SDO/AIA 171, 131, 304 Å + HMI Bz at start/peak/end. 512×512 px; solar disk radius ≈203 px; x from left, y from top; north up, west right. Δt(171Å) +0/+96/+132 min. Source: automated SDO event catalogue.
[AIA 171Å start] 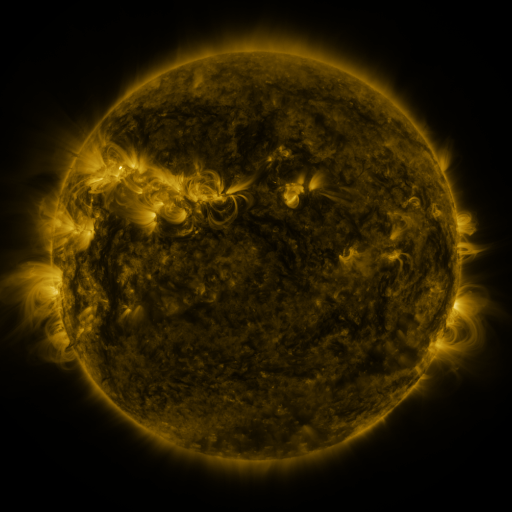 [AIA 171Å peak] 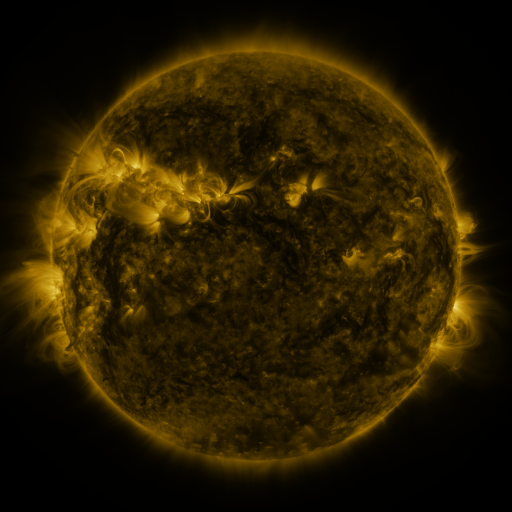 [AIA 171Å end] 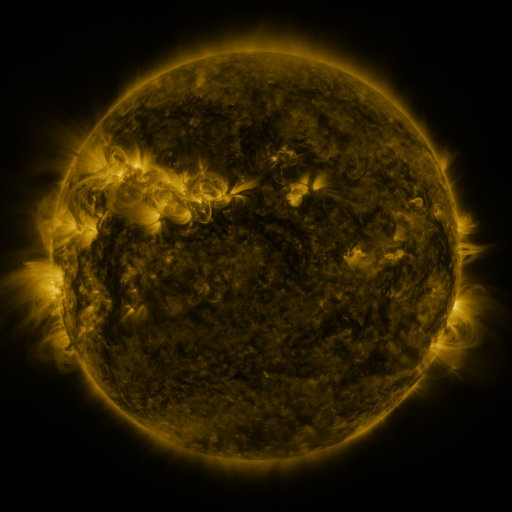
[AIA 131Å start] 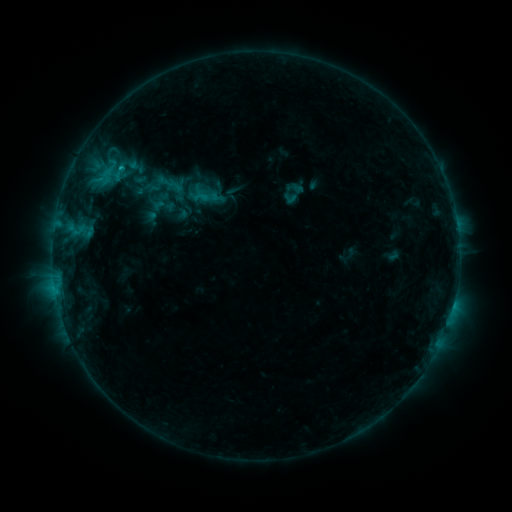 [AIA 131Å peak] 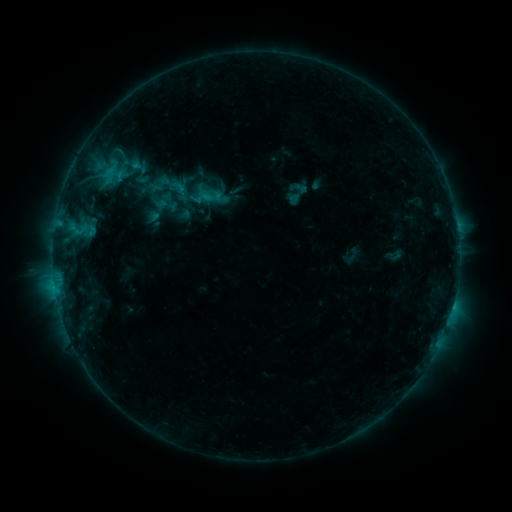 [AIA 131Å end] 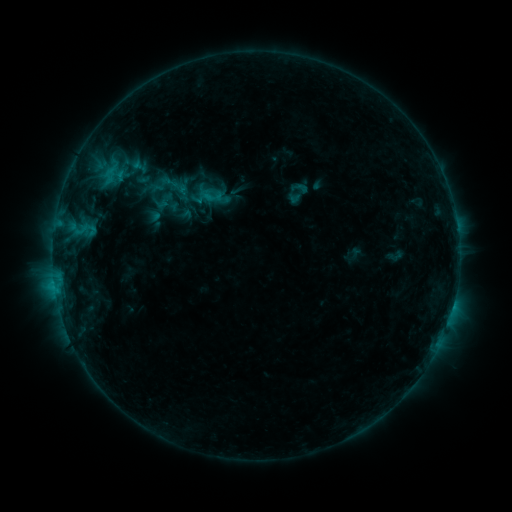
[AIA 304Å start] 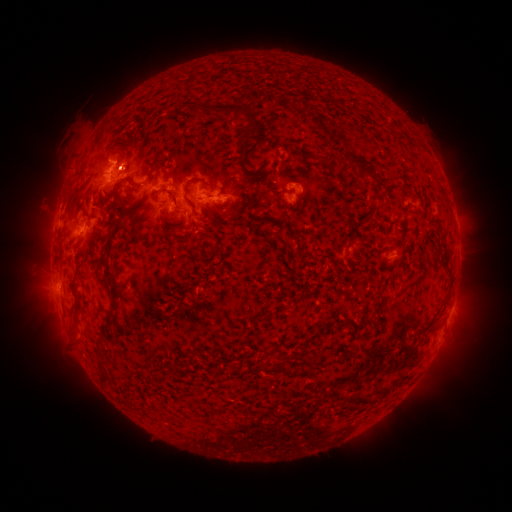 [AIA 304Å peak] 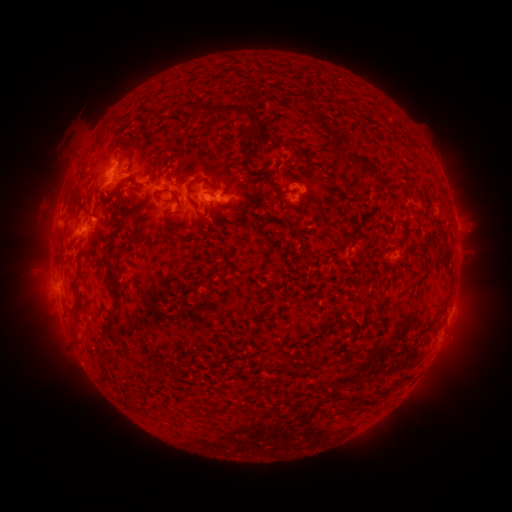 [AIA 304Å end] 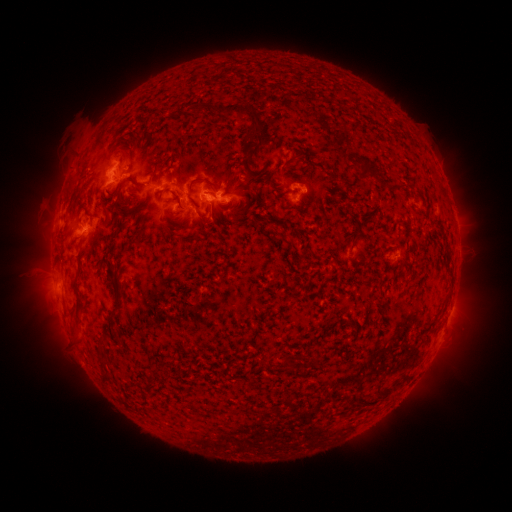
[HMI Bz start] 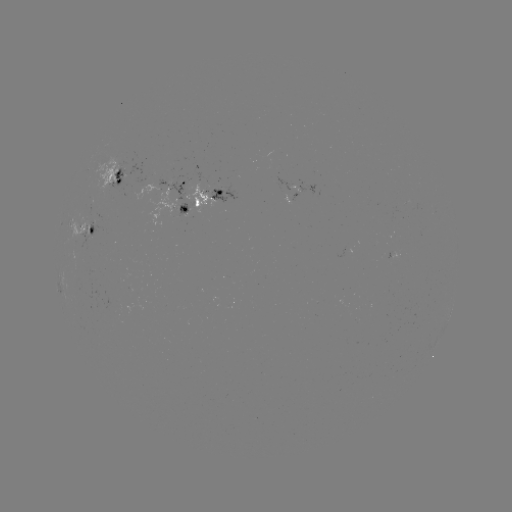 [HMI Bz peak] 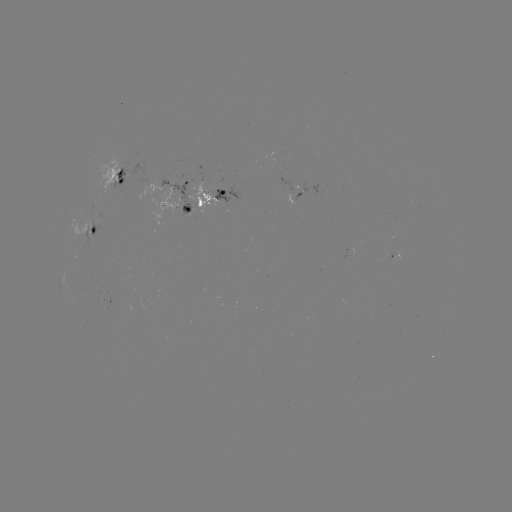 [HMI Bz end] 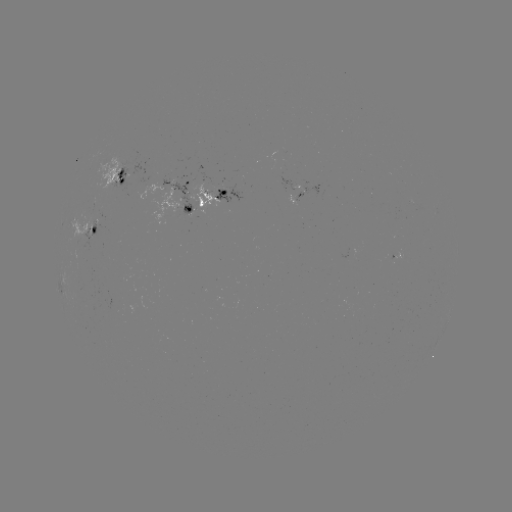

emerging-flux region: (186, 183, 218, 215)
